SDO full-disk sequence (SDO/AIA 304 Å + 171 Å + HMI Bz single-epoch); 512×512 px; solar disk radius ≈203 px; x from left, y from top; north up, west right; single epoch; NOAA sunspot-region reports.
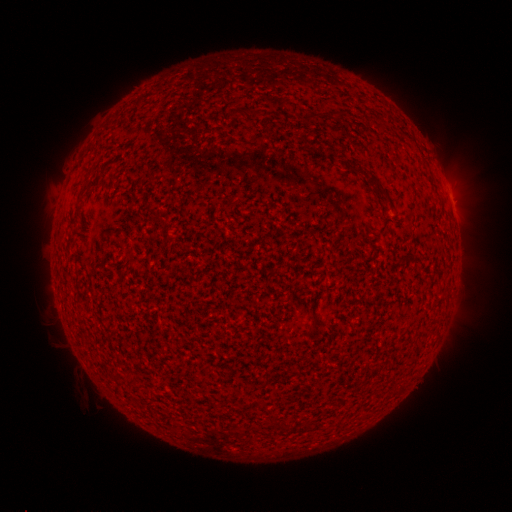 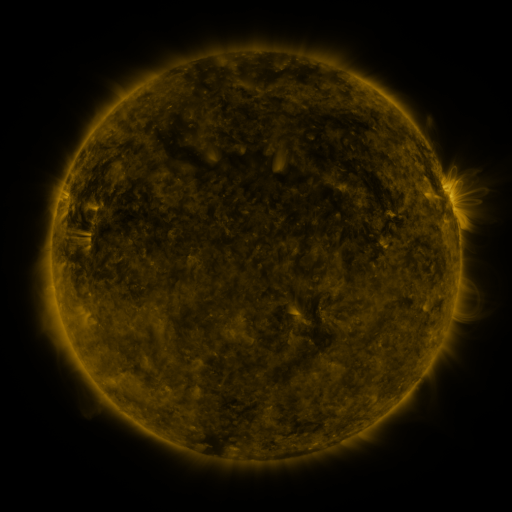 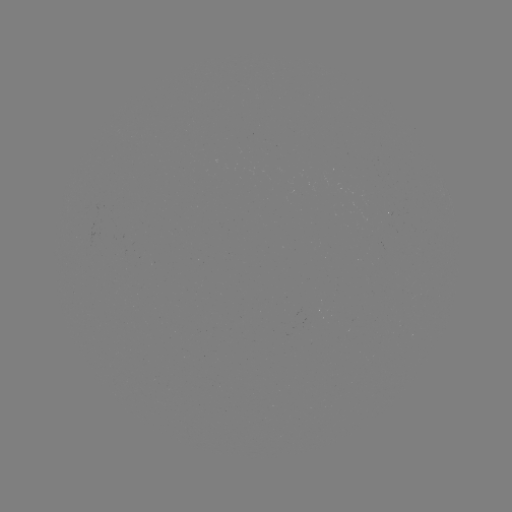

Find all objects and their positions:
(none)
